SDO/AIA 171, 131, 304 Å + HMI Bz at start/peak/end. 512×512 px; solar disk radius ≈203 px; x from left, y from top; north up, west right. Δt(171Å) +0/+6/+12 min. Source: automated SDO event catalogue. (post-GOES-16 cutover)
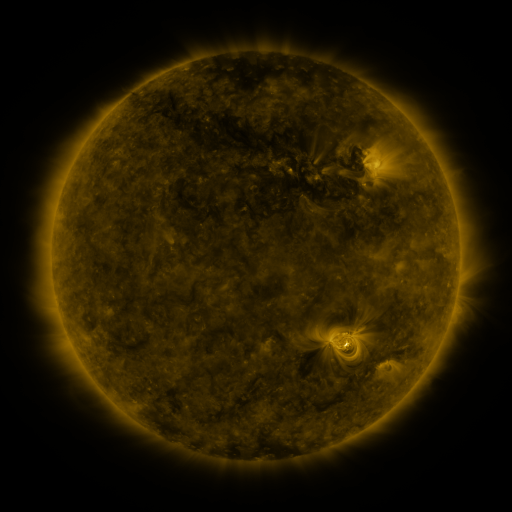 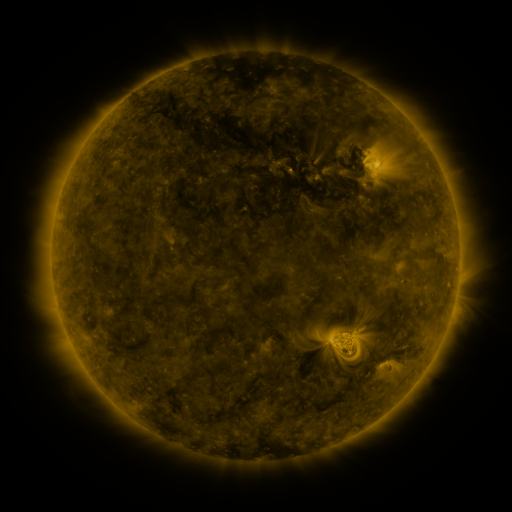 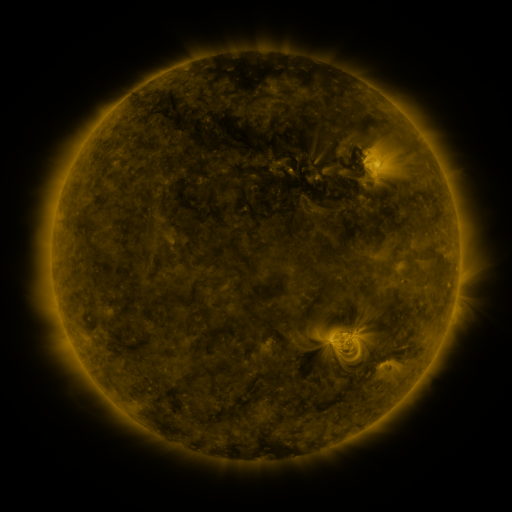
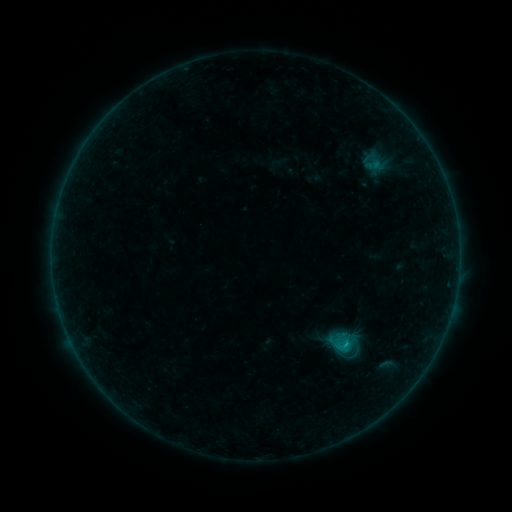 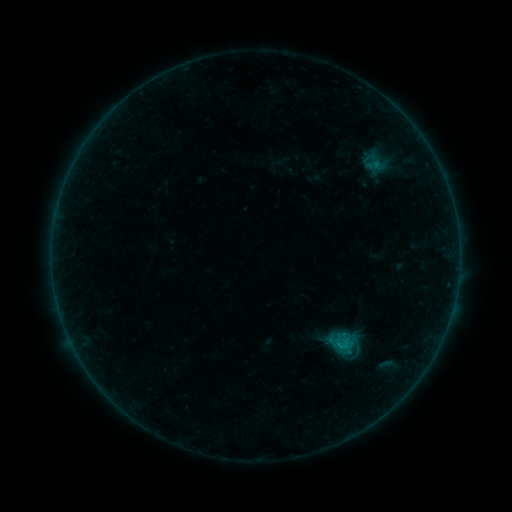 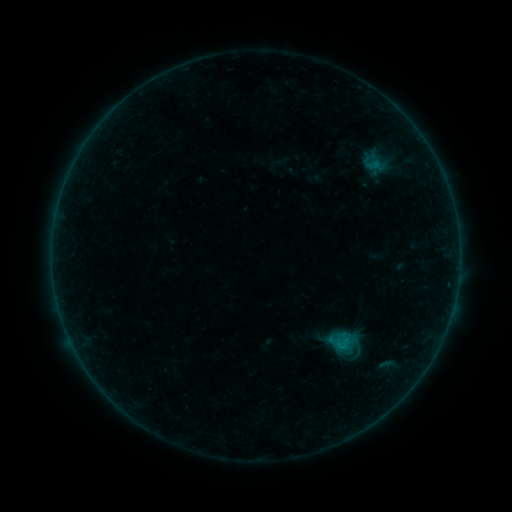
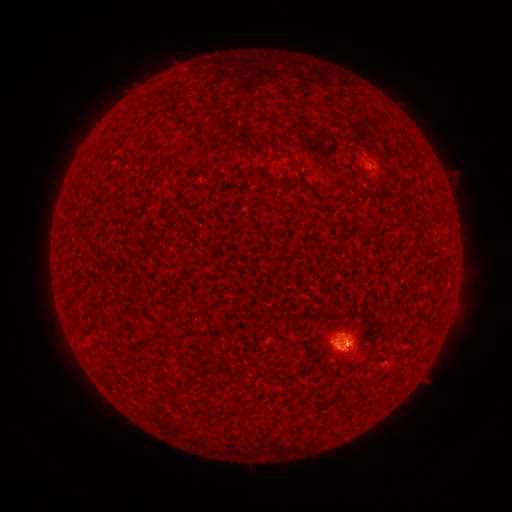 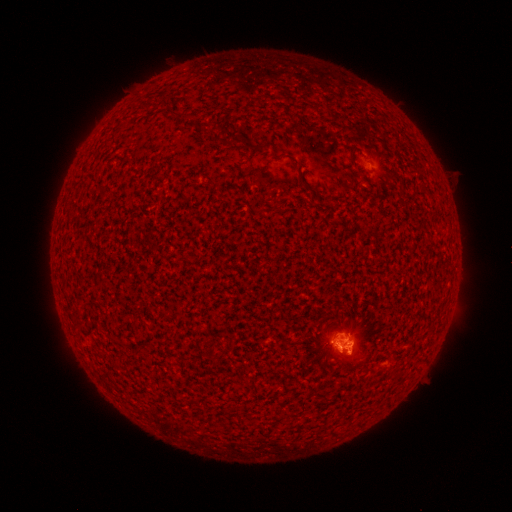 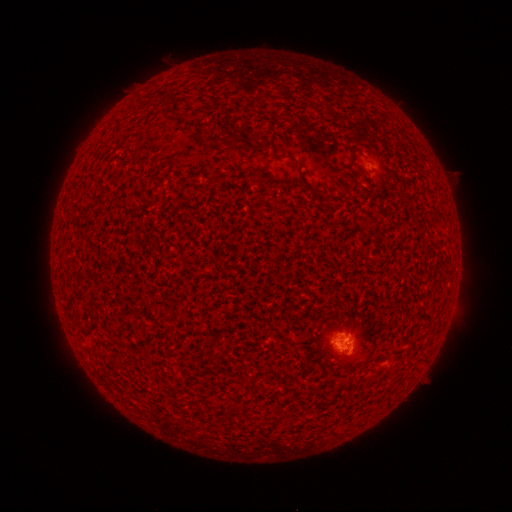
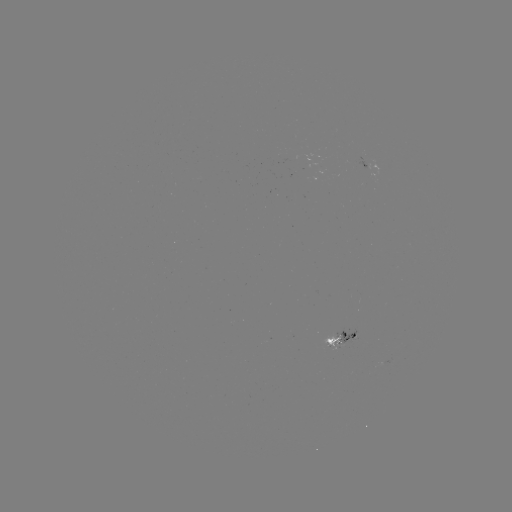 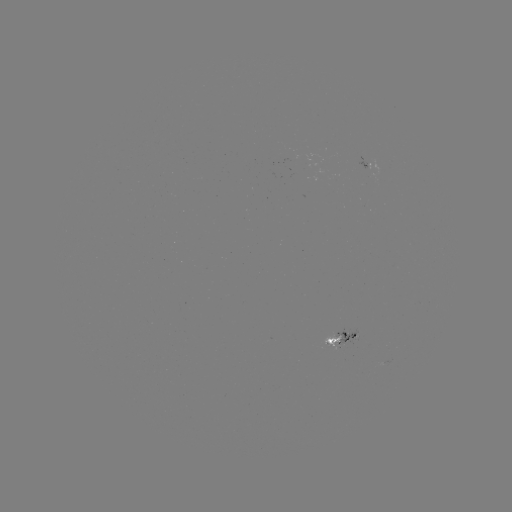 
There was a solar flare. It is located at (343, 352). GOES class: B5.7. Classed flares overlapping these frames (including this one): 1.